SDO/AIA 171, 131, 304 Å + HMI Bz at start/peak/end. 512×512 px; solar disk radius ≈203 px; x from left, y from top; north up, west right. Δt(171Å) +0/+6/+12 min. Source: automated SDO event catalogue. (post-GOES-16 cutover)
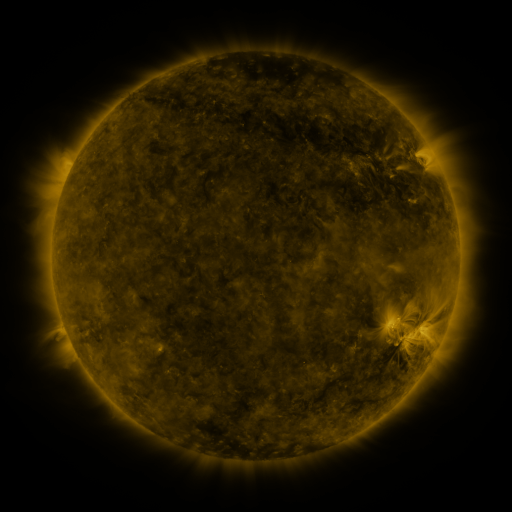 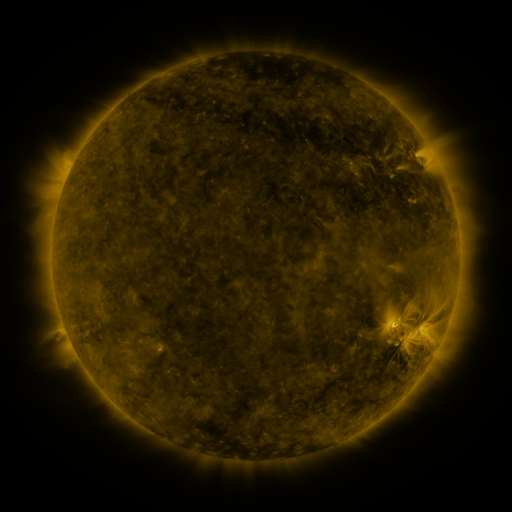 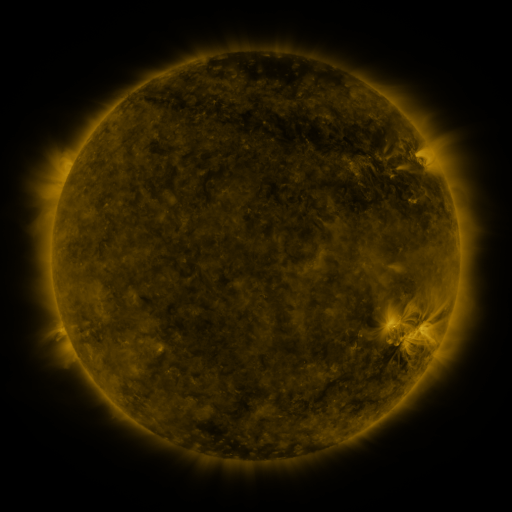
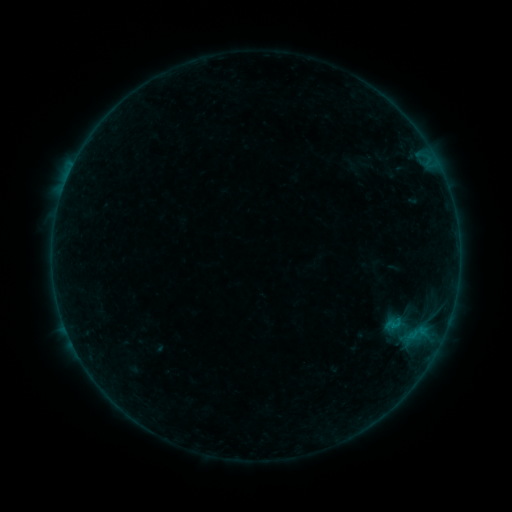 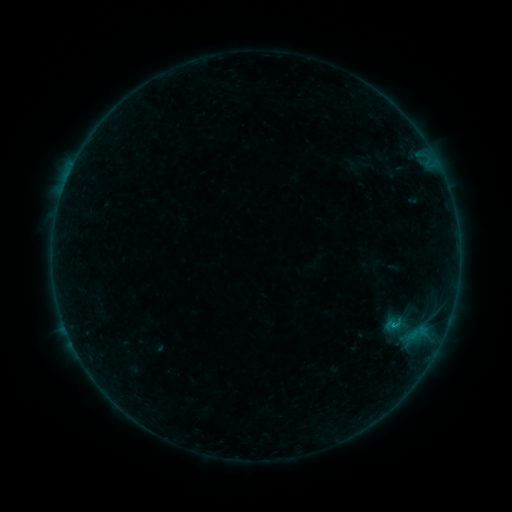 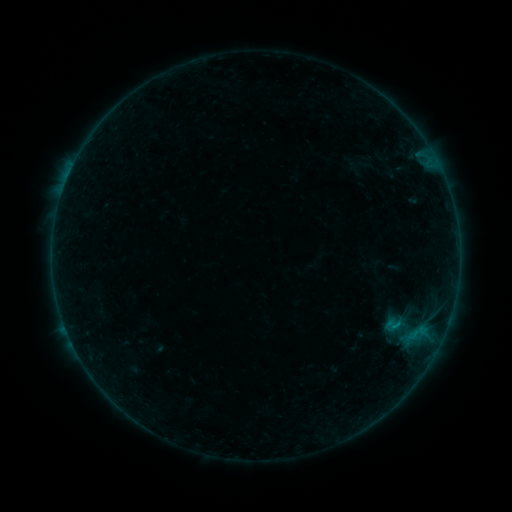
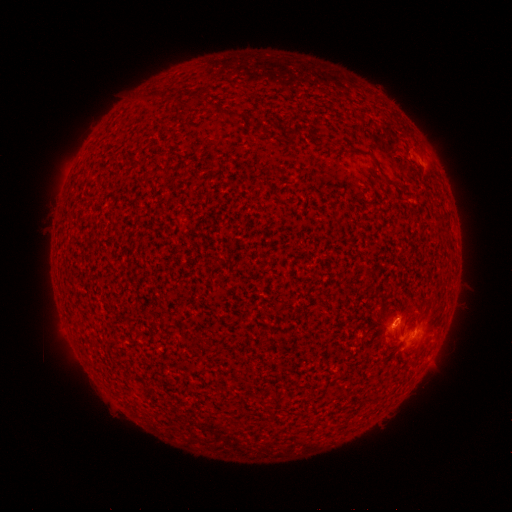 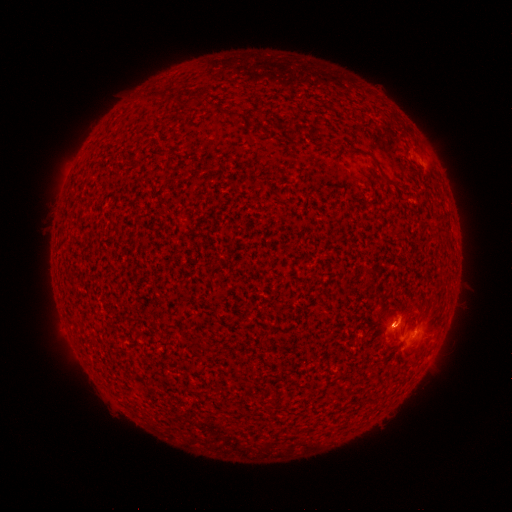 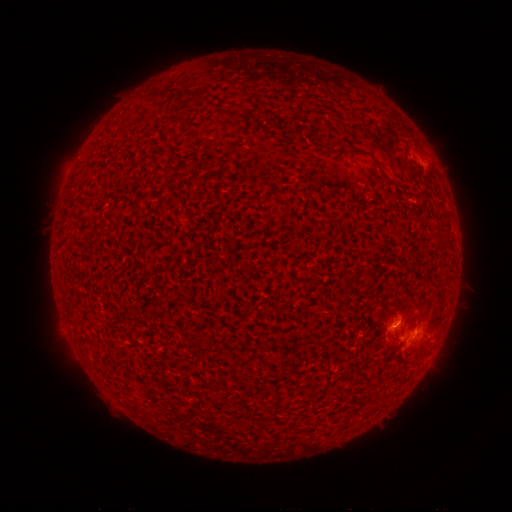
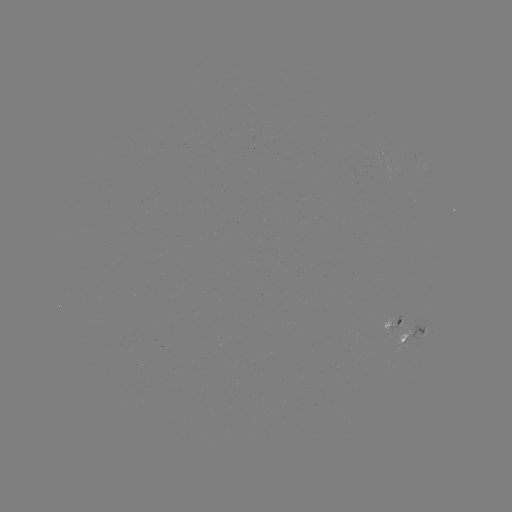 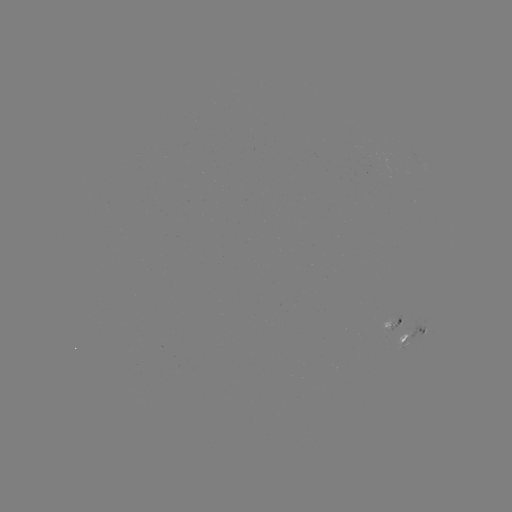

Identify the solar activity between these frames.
B2.9 flare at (393, 326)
